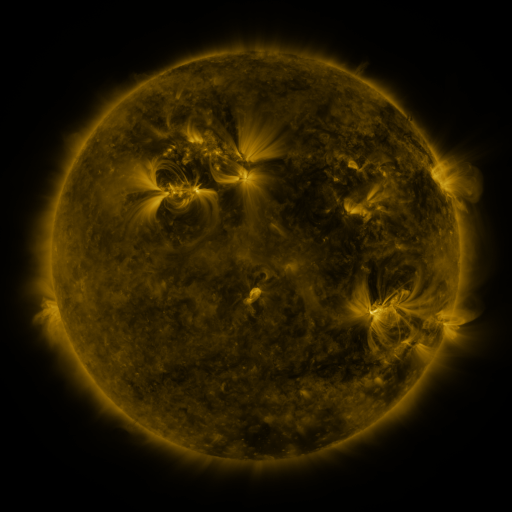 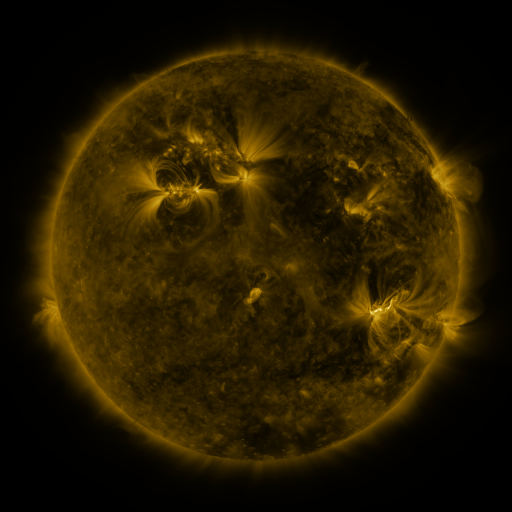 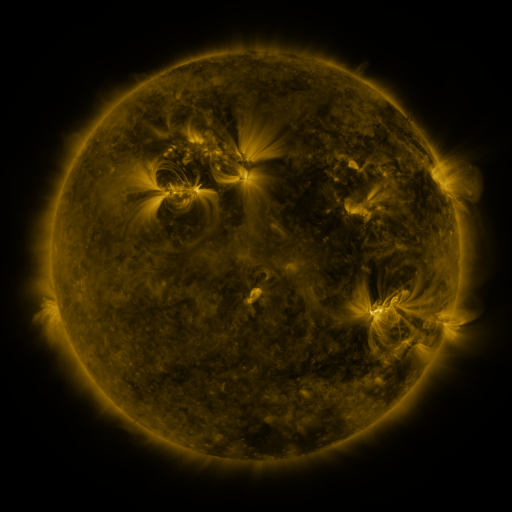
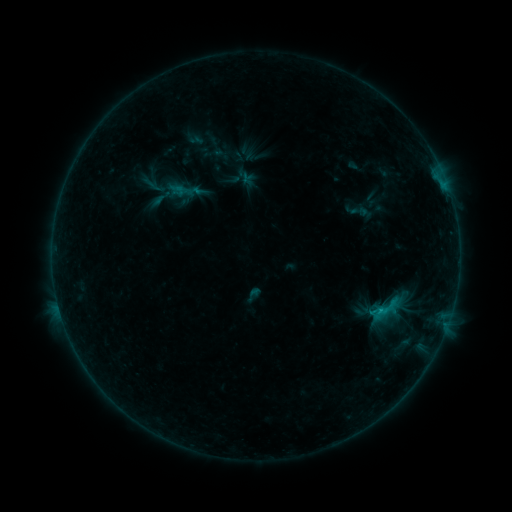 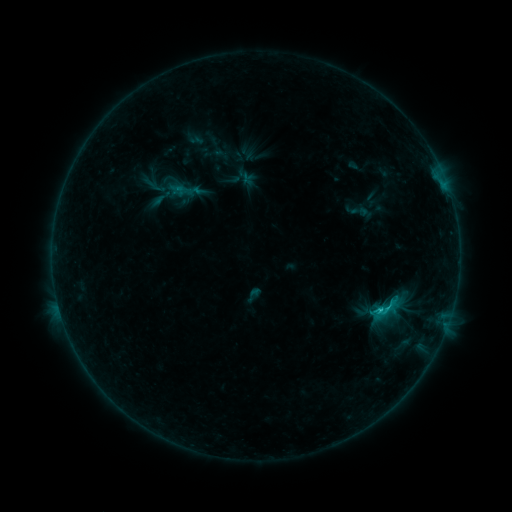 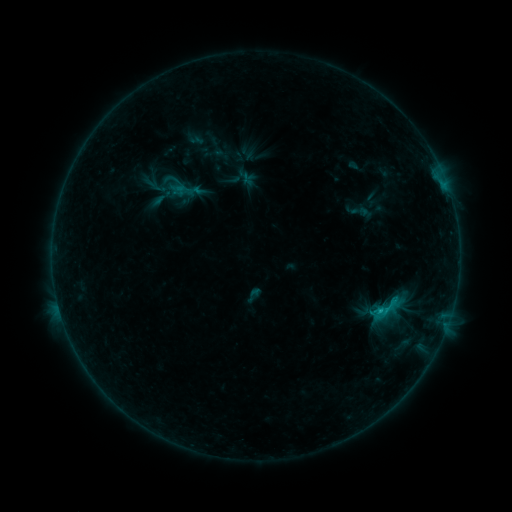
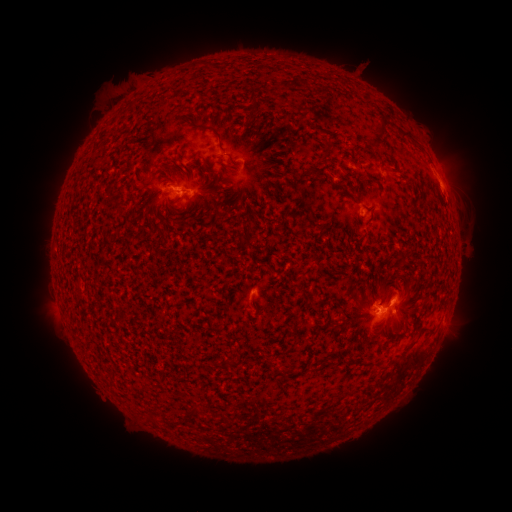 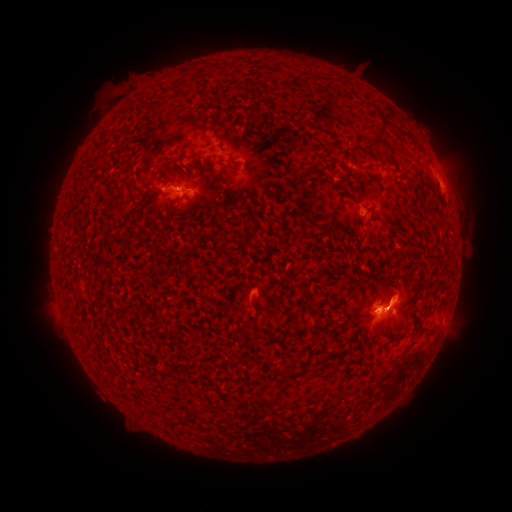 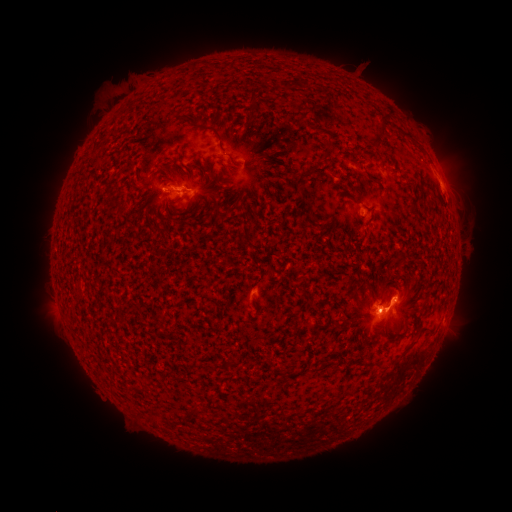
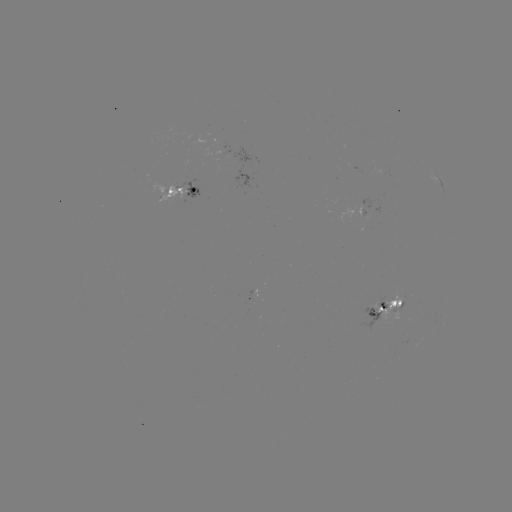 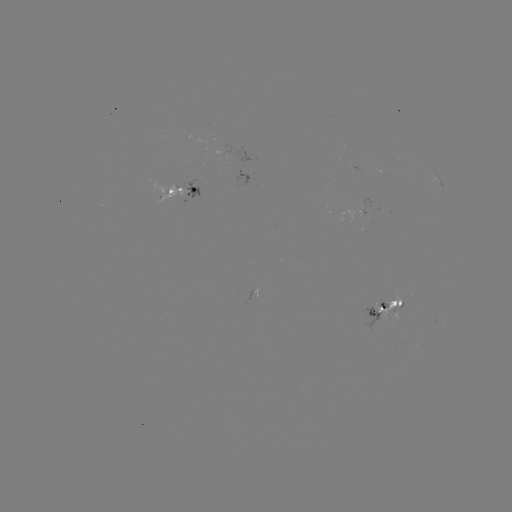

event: flare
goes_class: C1.2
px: (387, 304)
